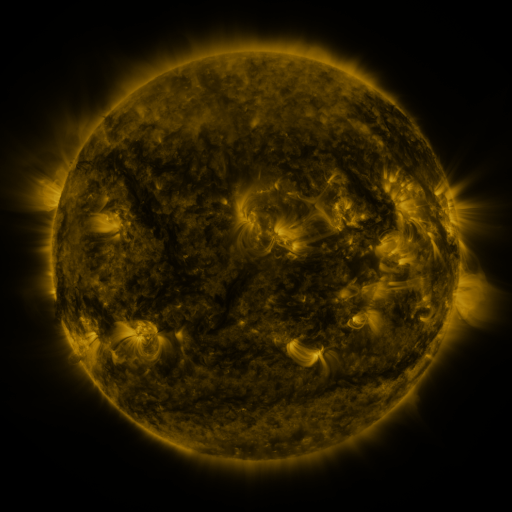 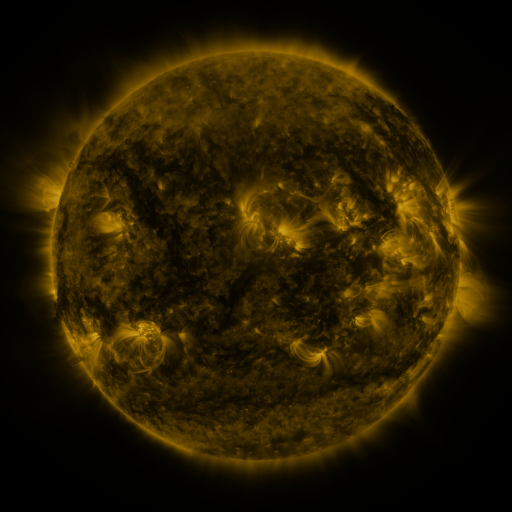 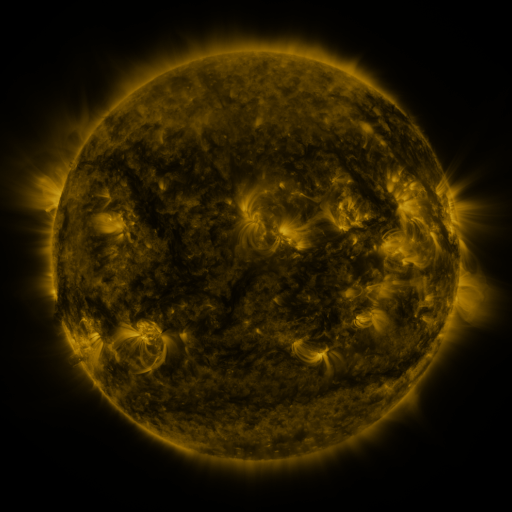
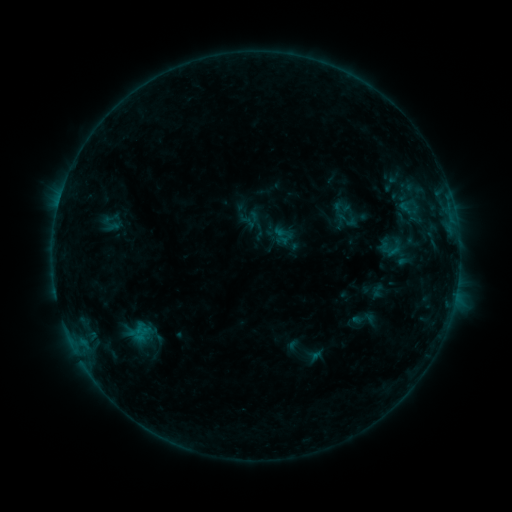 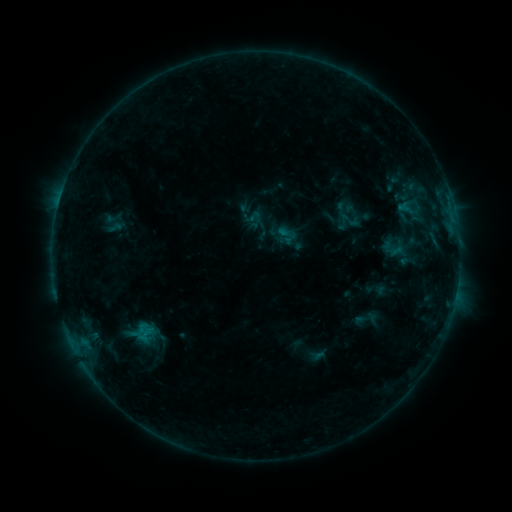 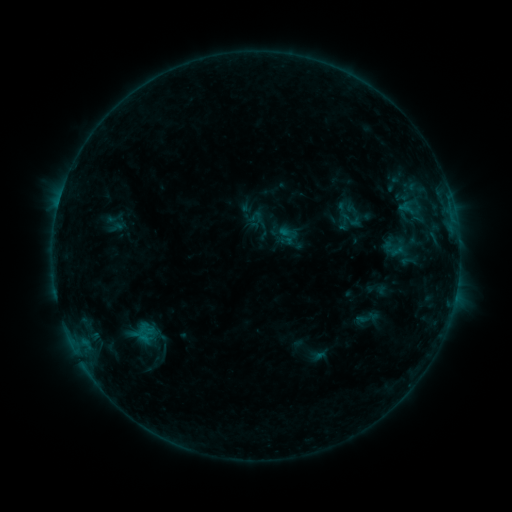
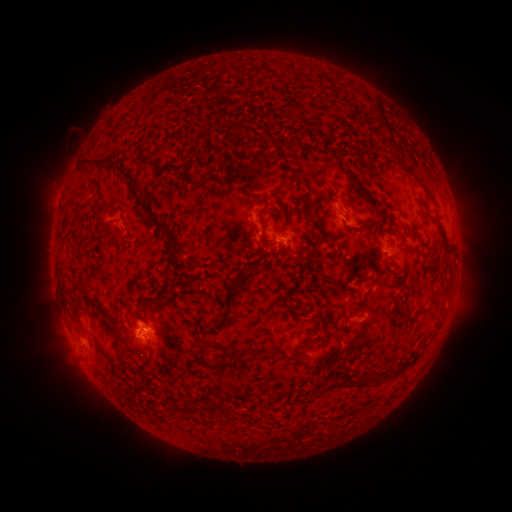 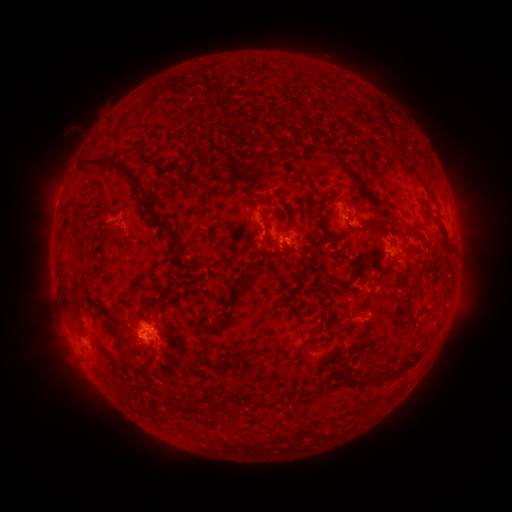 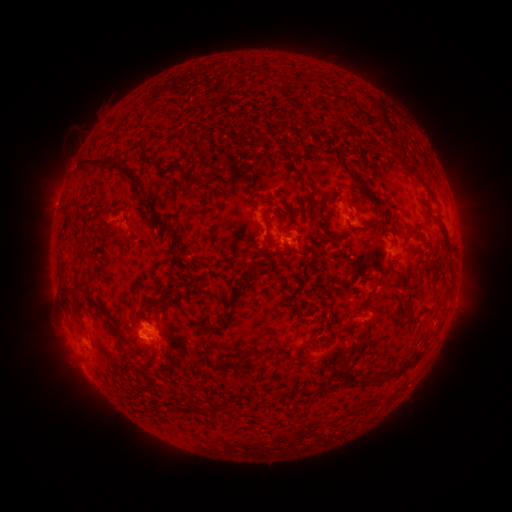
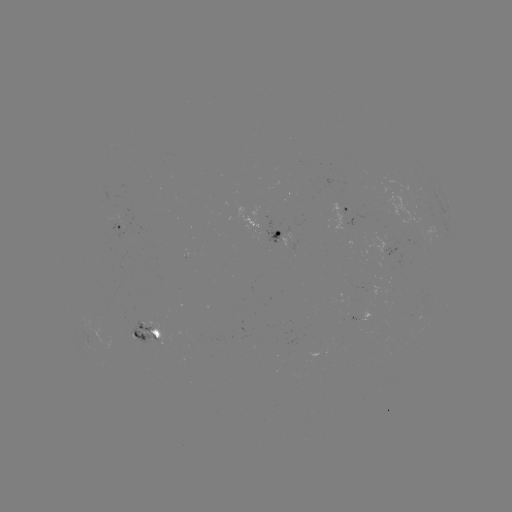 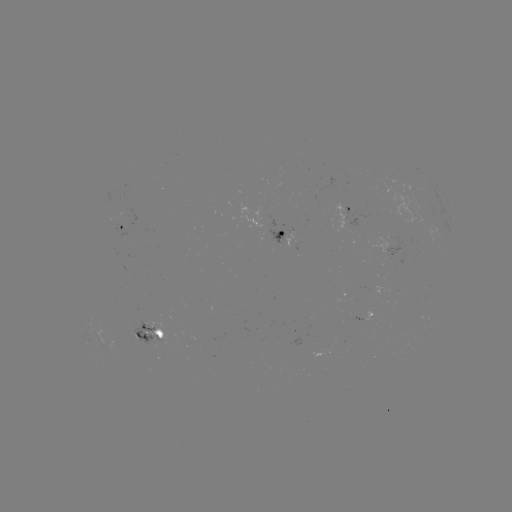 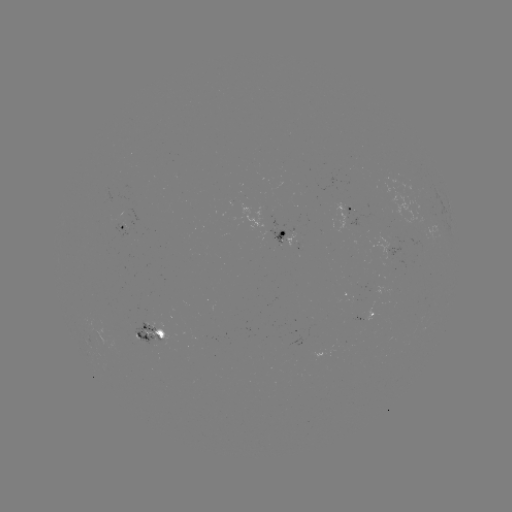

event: emerging-flux region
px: (145, 328)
